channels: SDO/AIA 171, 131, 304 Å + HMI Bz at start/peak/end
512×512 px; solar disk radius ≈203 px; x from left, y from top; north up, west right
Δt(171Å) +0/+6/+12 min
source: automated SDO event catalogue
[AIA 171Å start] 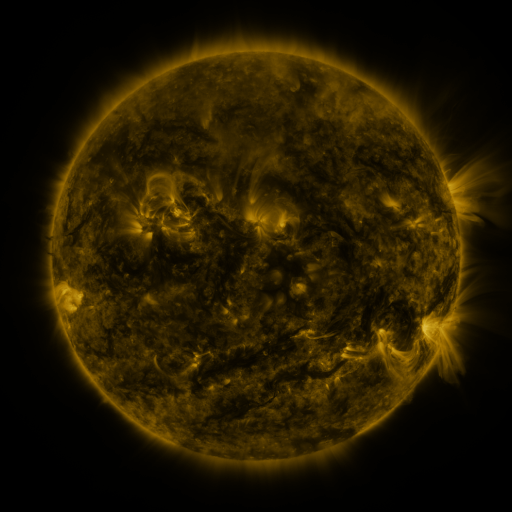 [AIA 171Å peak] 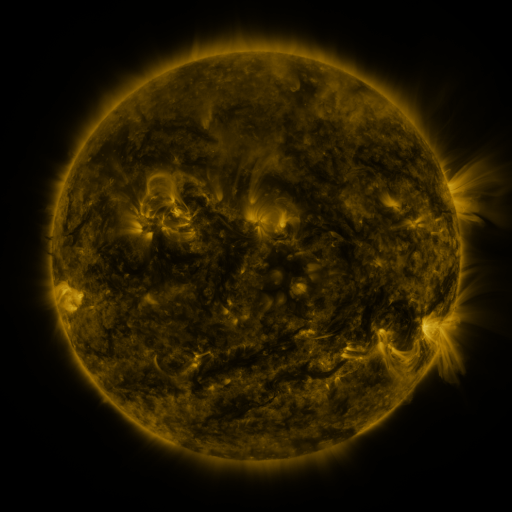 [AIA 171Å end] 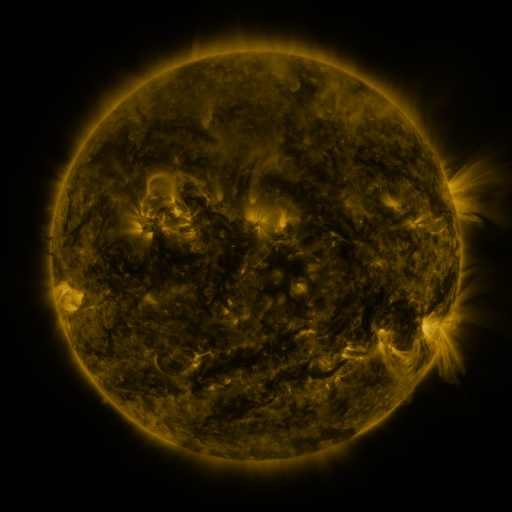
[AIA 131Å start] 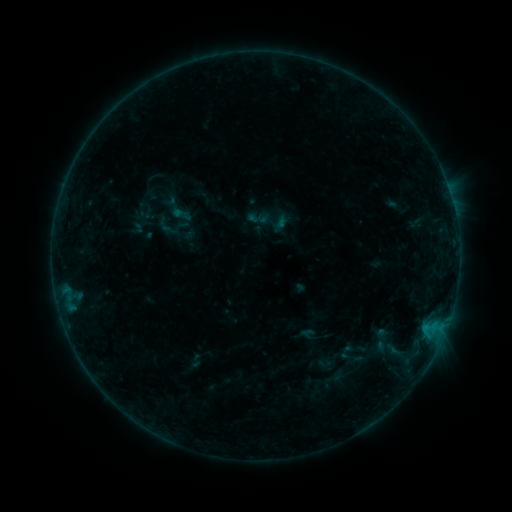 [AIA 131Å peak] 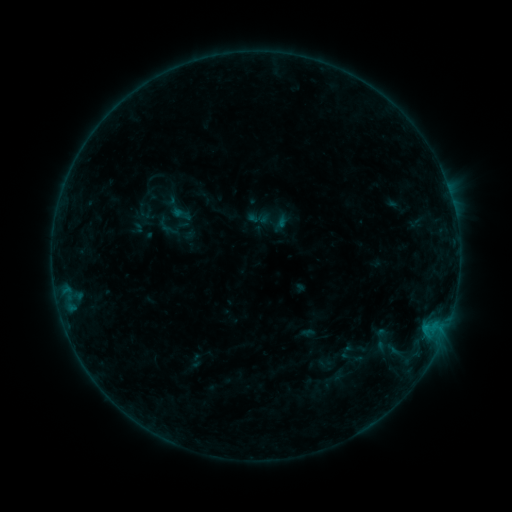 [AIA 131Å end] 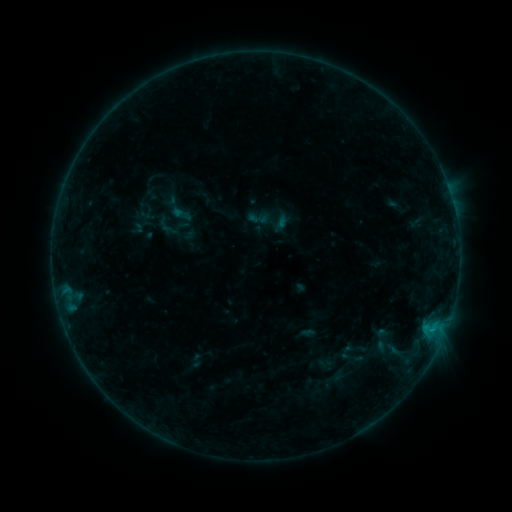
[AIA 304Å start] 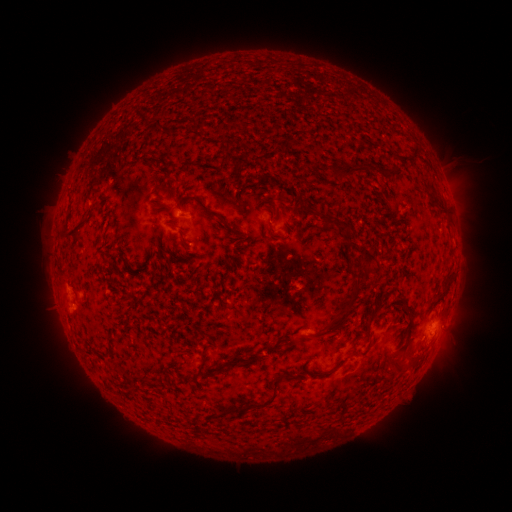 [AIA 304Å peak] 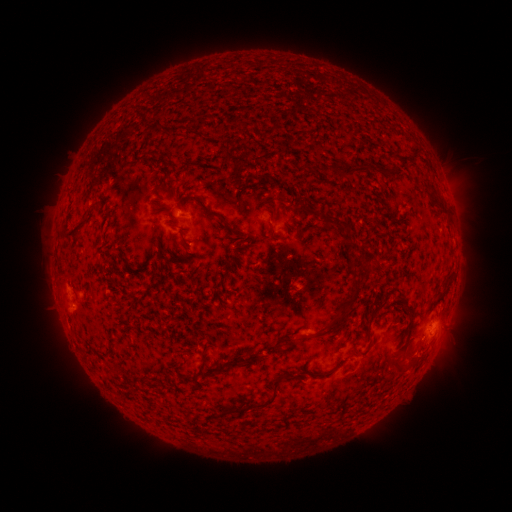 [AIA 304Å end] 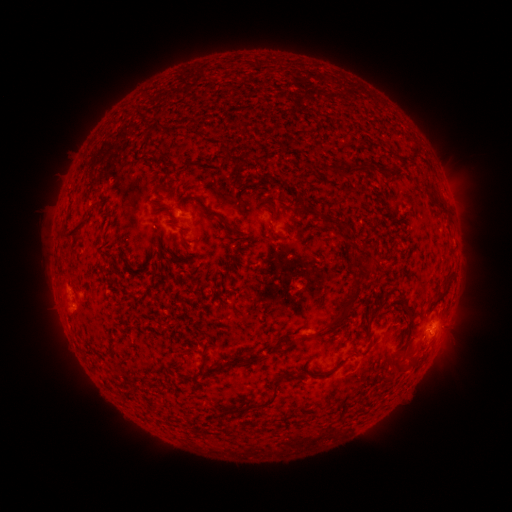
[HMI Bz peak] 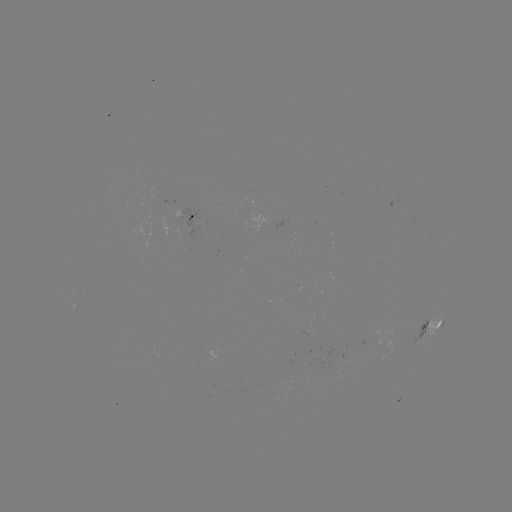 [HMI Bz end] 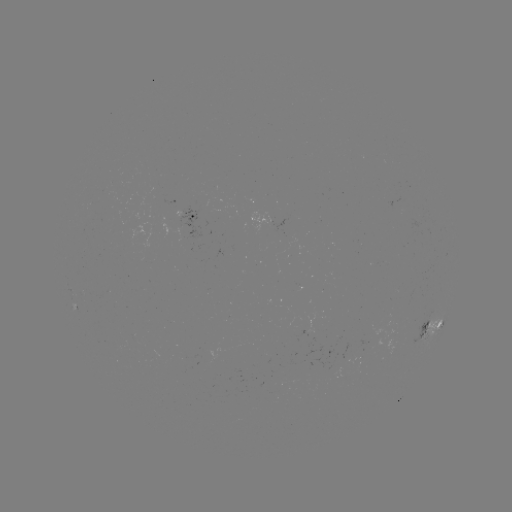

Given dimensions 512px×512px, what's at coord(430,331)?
B3.3 flare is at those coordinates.